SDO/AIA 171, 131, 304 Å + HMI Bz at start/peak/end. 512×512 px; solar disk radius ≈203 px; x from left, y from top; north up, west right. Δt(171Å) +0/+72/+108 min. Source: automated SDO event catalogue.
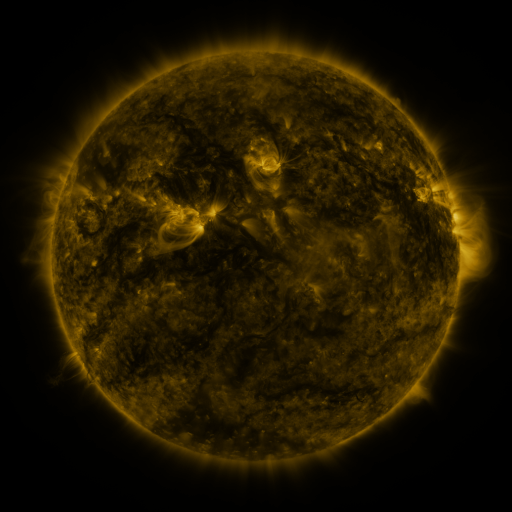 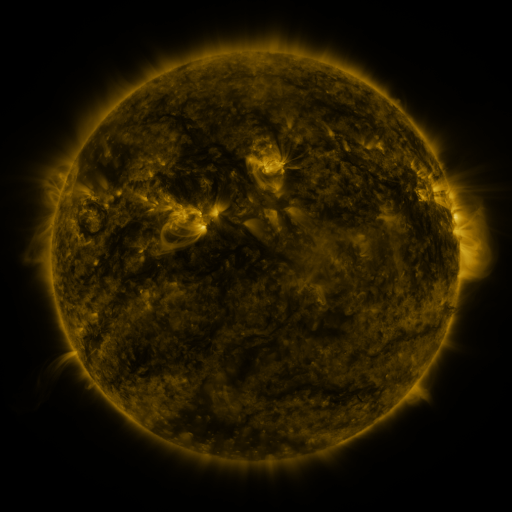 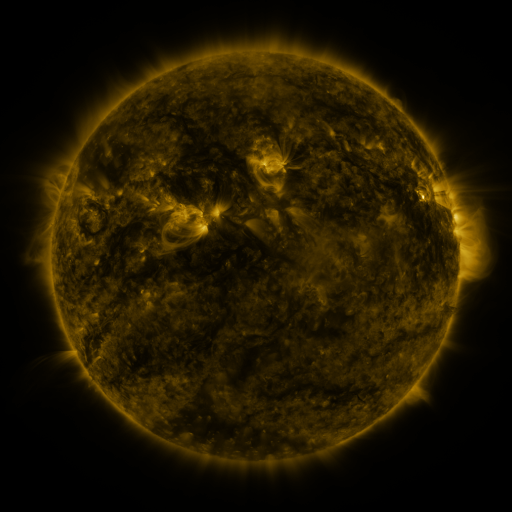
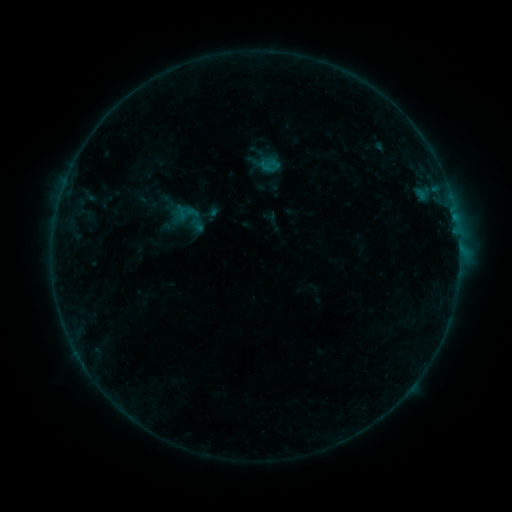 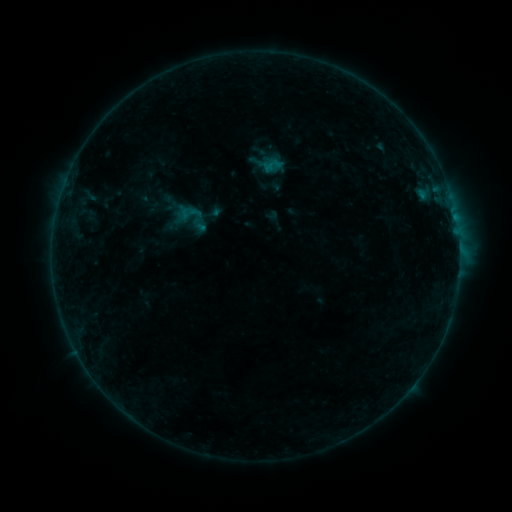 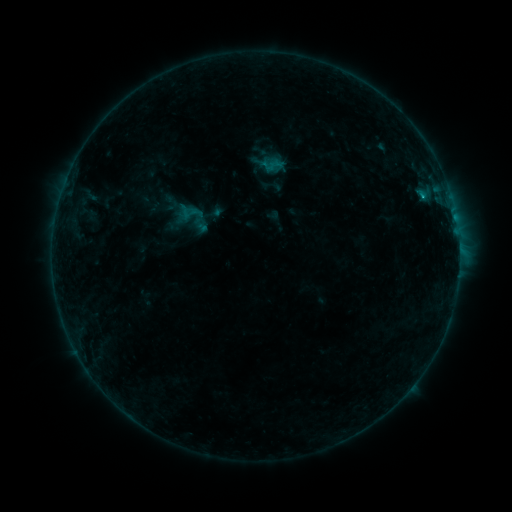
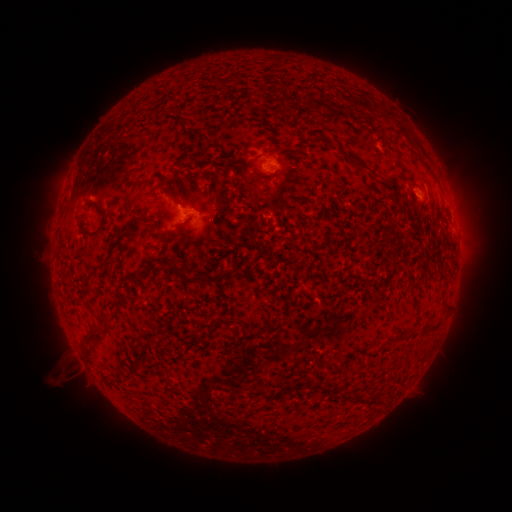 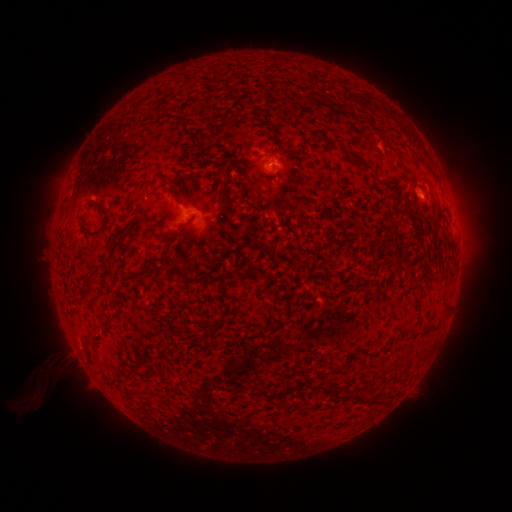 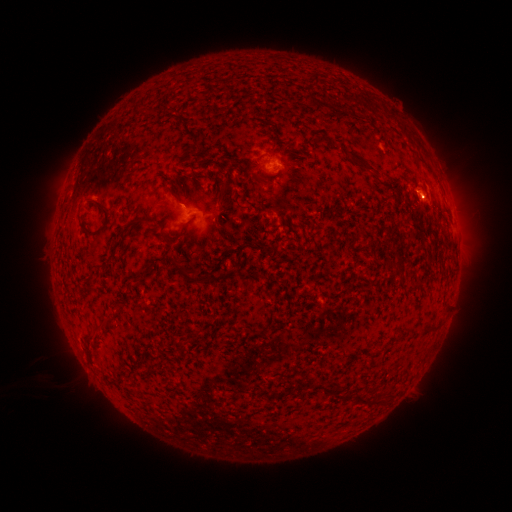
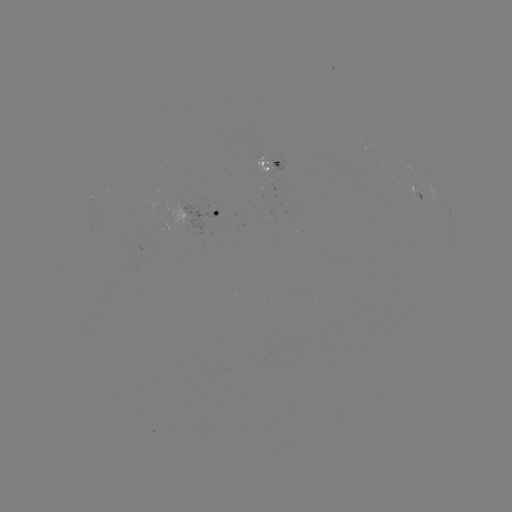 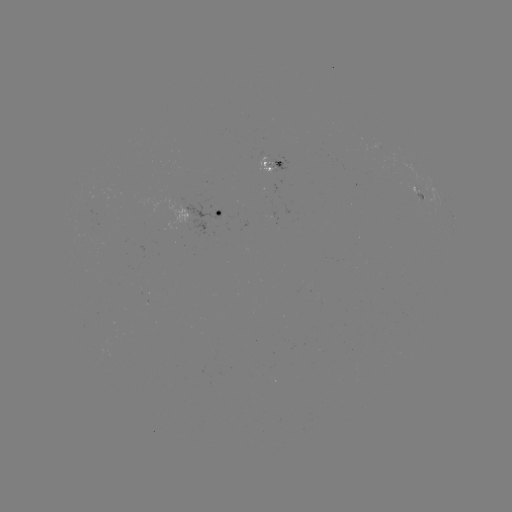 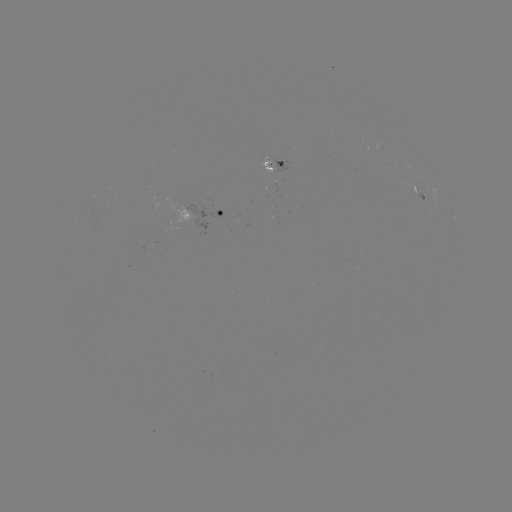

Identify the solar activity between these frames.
emerging-flux region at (269, 209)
